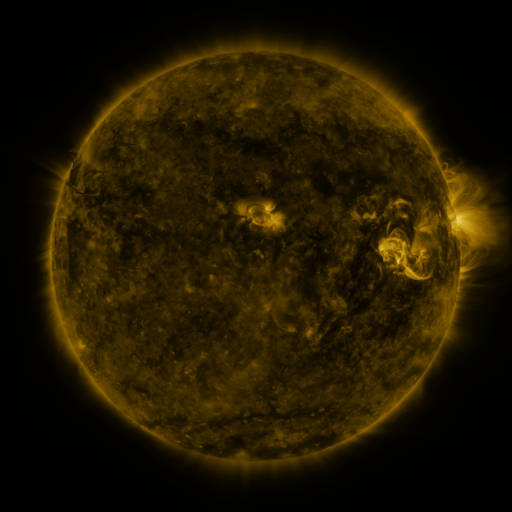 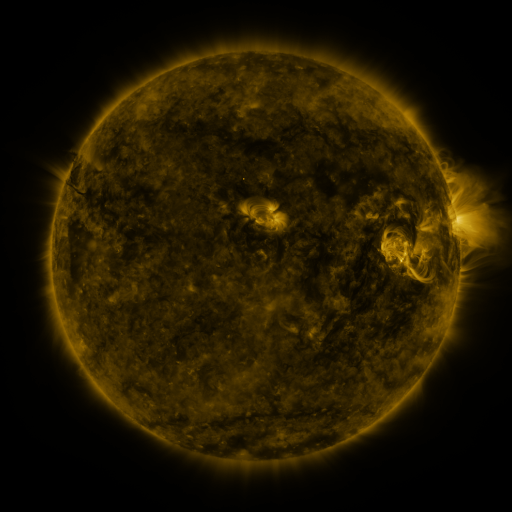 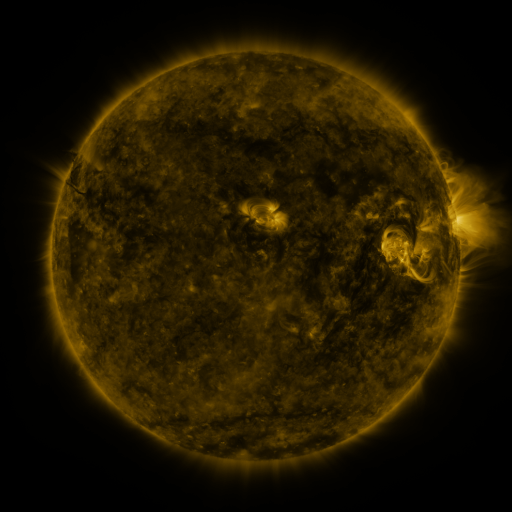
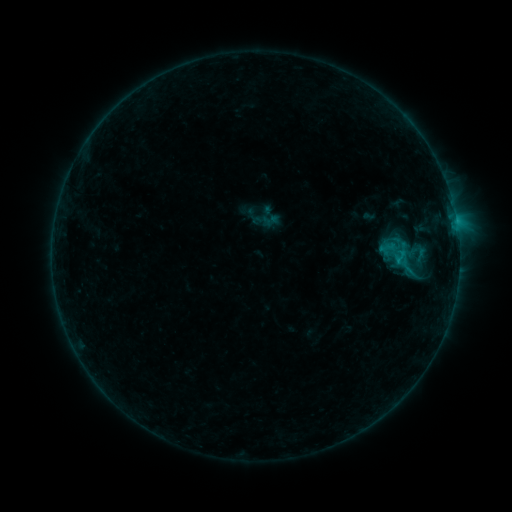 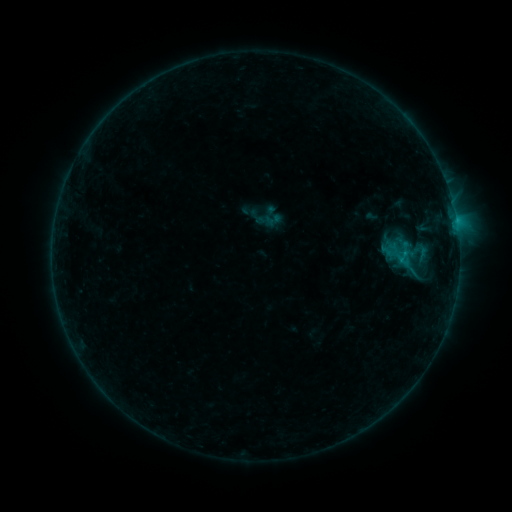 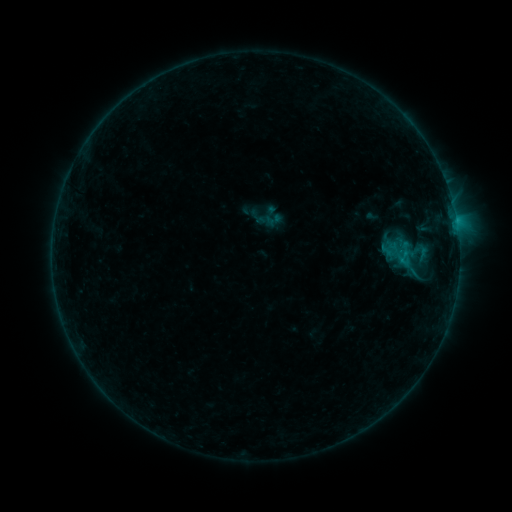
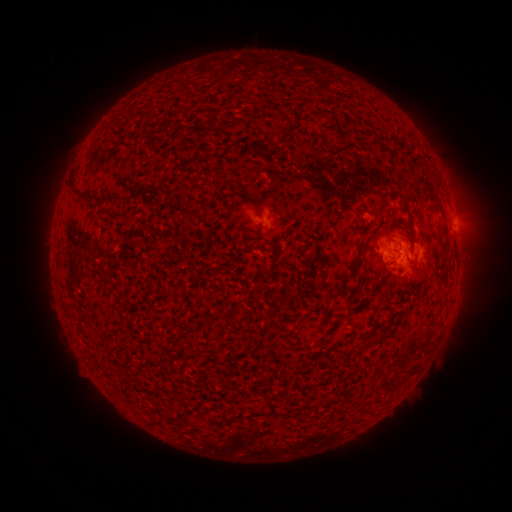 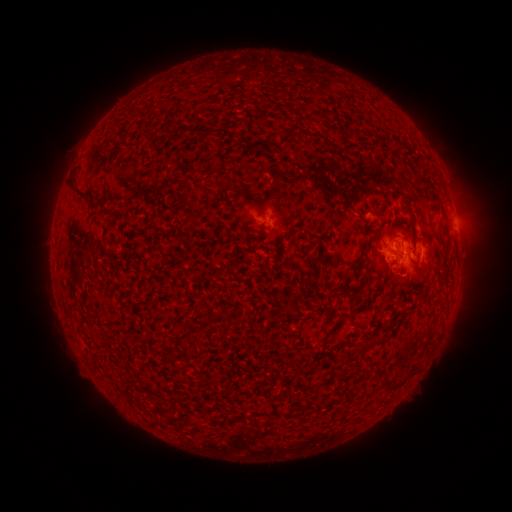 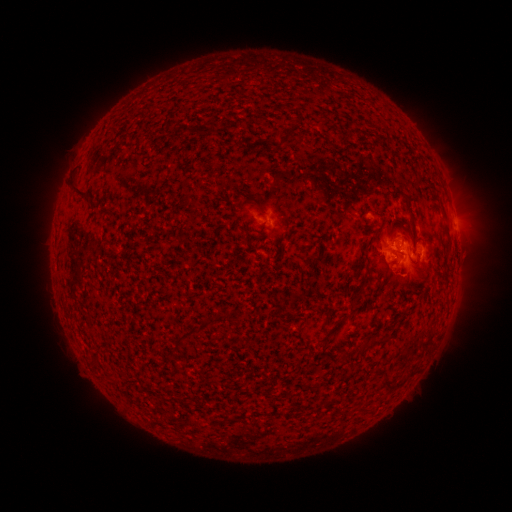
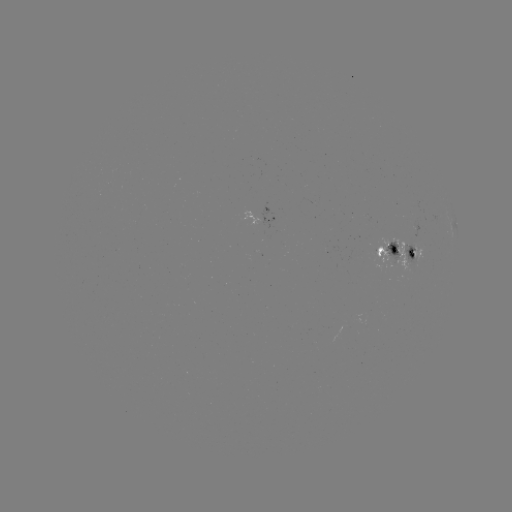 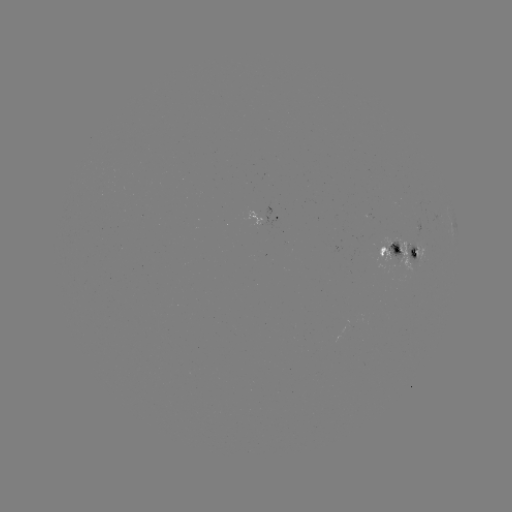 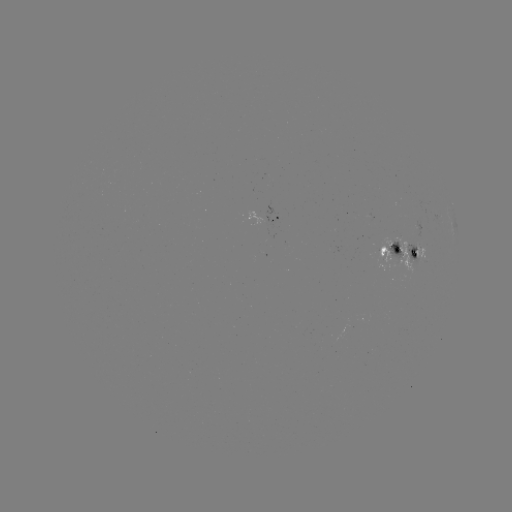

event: emerging-flux region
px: (394, 256)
